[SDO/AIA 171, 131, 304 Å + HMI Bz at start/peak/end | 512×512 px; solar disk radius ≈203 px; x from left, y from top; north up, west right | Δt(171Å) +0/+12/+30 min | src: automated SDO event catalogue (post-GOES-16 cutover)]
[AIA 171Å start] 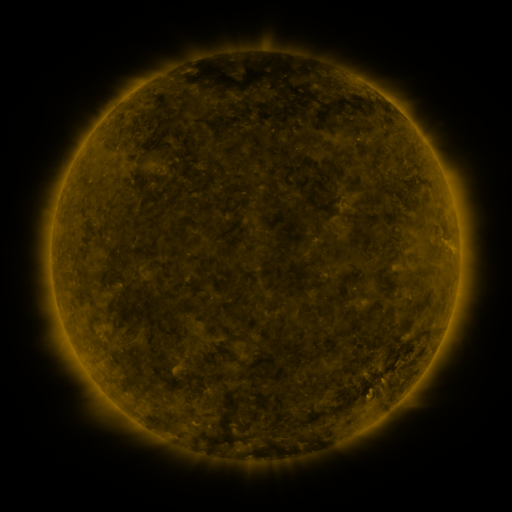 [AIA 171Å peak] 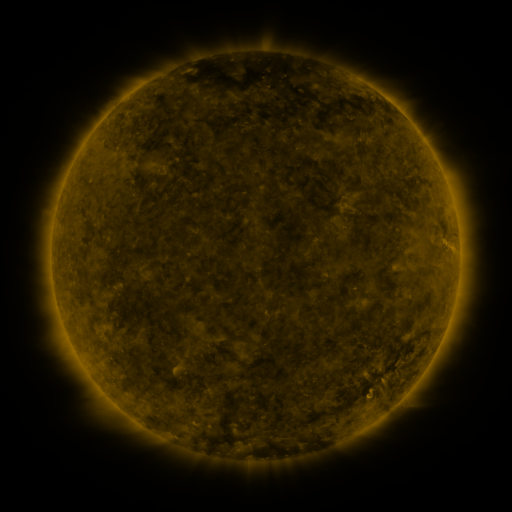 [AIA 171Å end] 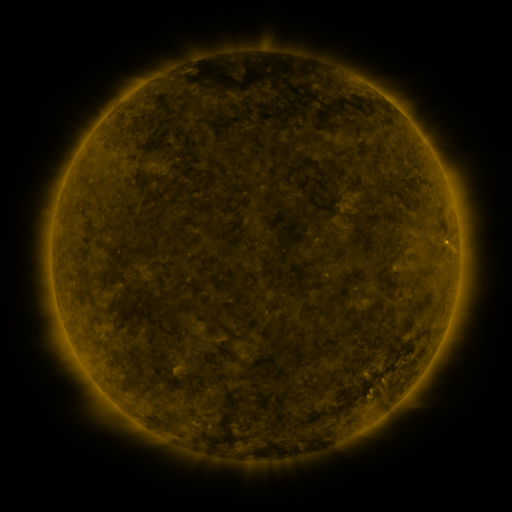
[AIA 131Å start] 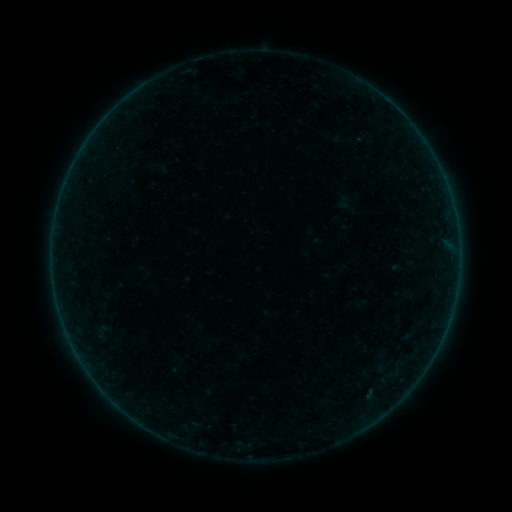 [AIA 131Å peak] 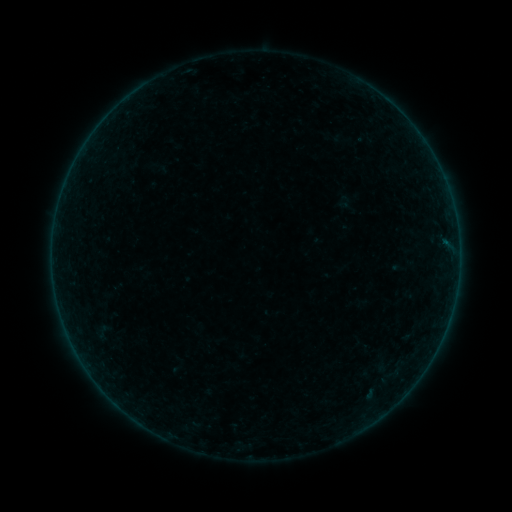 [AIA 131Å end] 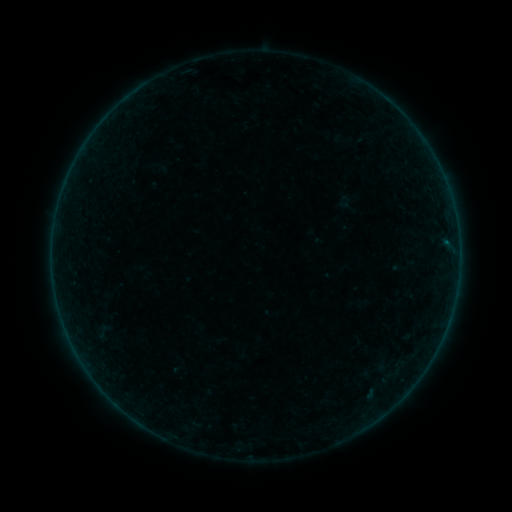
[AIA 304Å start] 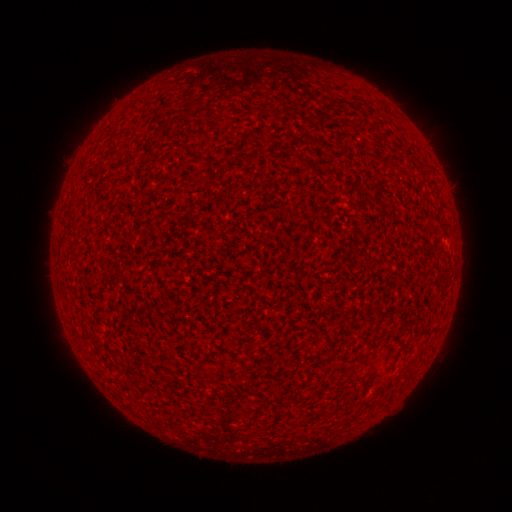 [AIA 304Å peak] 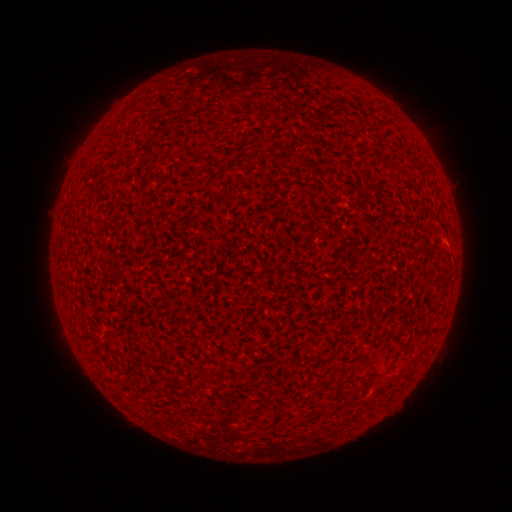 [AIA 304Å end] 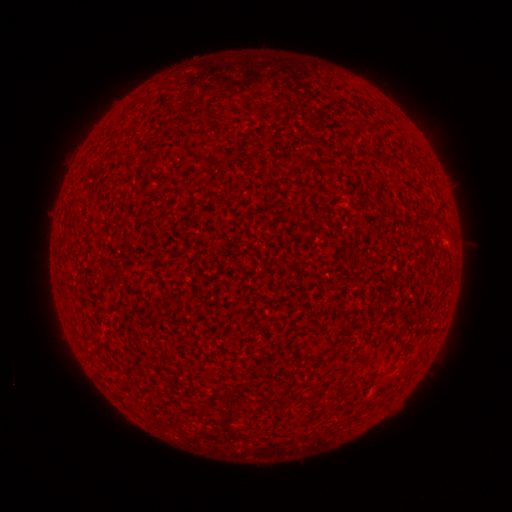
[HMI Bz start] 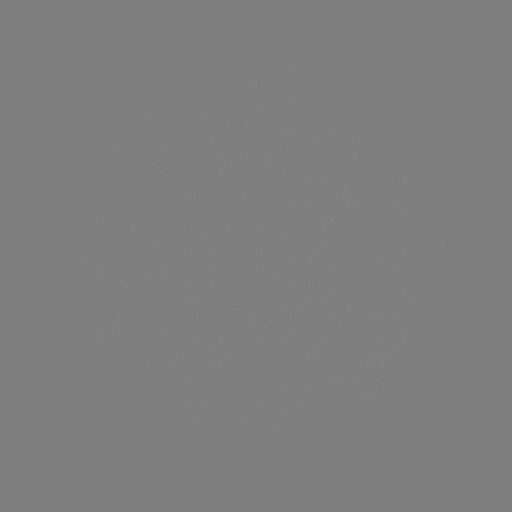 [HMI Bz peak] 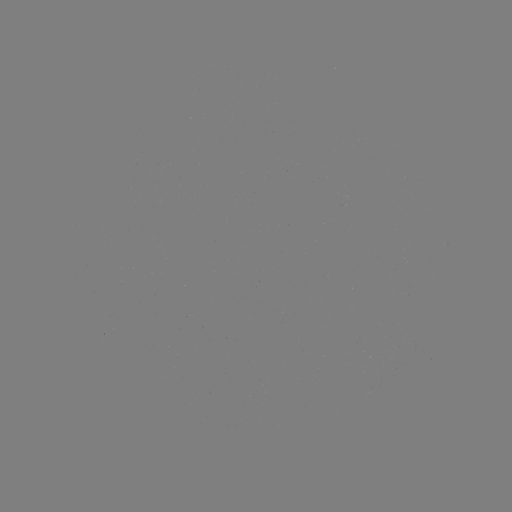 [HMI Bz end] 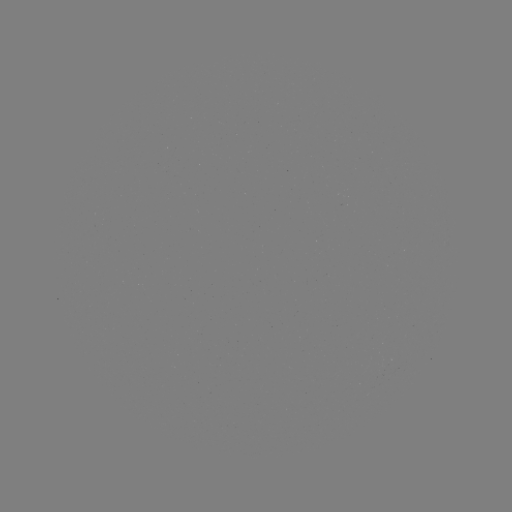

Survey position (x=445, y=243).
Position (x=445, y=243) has A2.8 flare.